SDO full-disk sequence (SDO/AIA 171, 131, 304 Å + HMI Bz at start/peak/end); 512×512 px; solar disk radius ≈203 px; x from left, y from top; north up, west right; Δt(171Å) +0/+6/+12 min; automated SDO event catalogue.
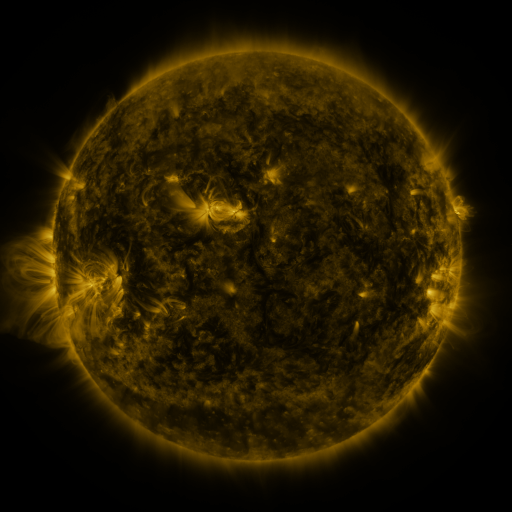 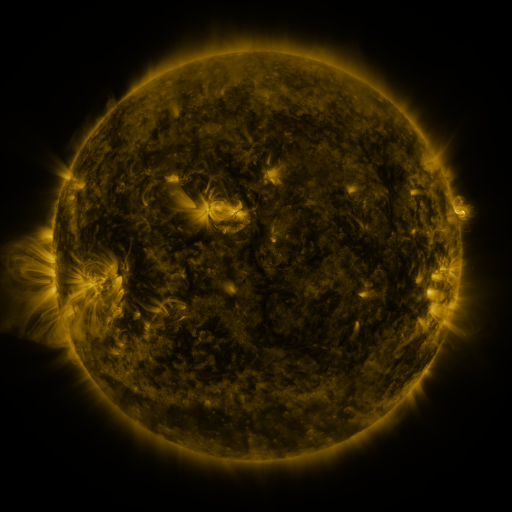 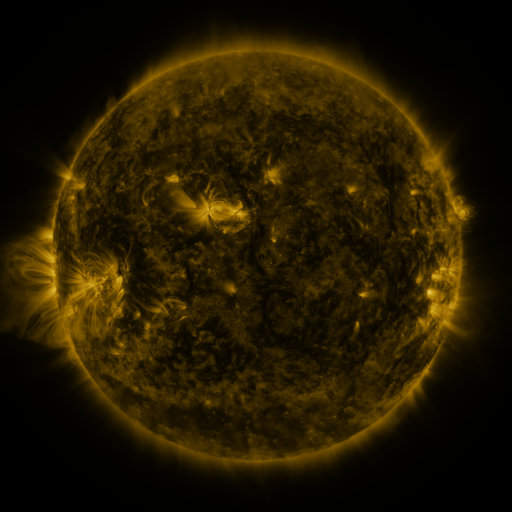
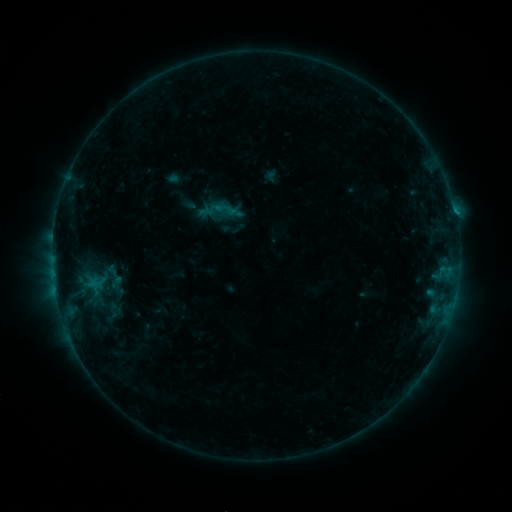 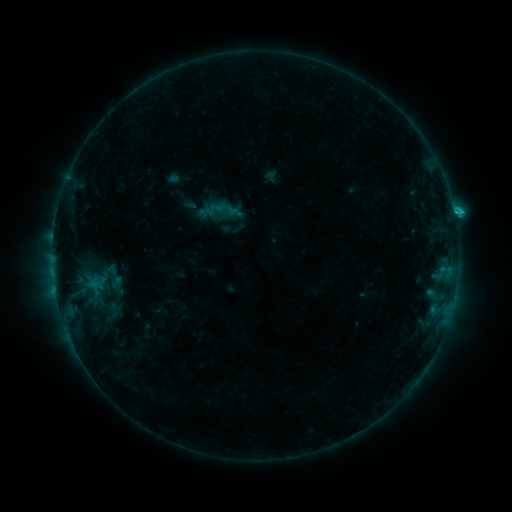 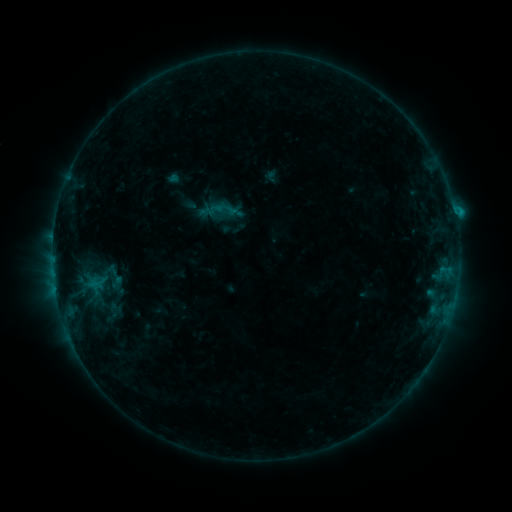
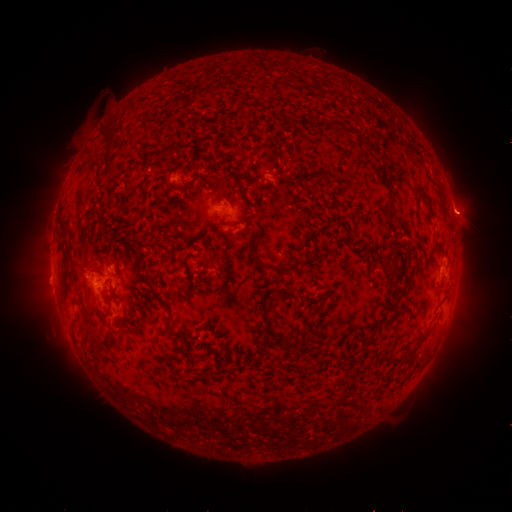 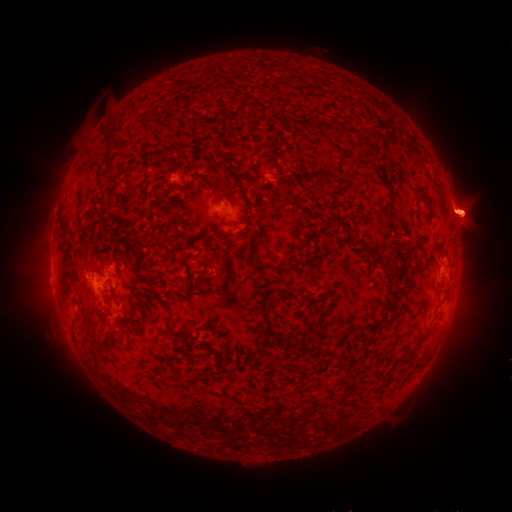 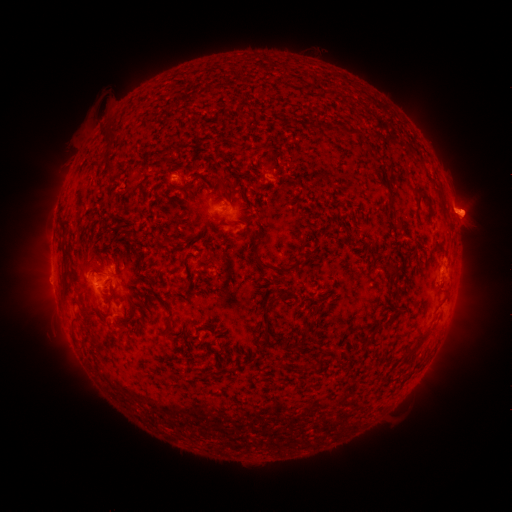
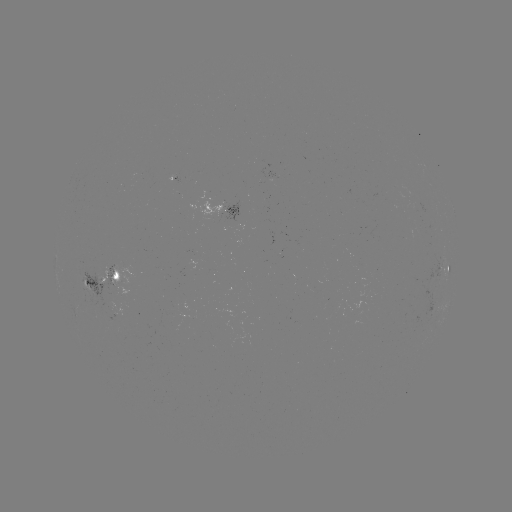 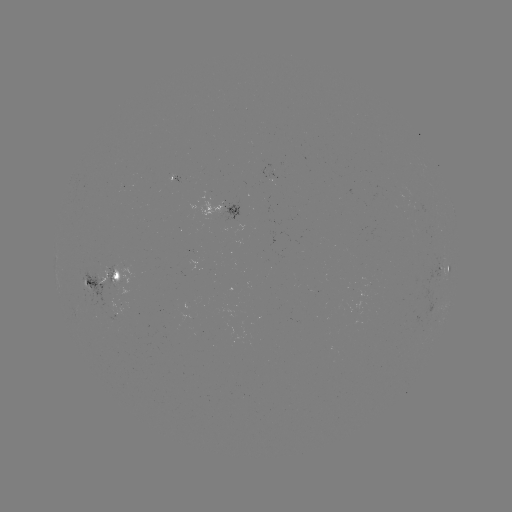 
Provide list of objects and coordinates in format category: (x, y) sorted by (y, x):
C1.2 flare: (454, 213)
